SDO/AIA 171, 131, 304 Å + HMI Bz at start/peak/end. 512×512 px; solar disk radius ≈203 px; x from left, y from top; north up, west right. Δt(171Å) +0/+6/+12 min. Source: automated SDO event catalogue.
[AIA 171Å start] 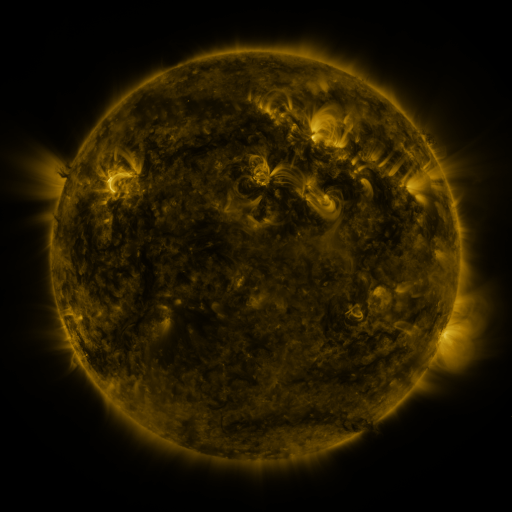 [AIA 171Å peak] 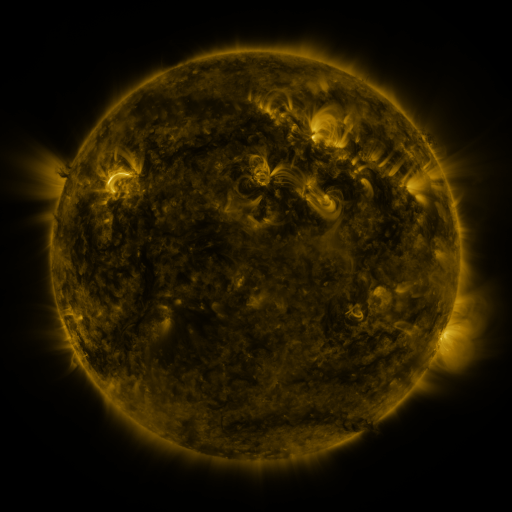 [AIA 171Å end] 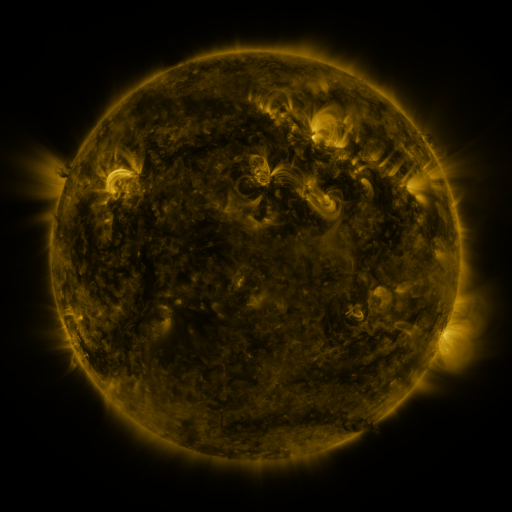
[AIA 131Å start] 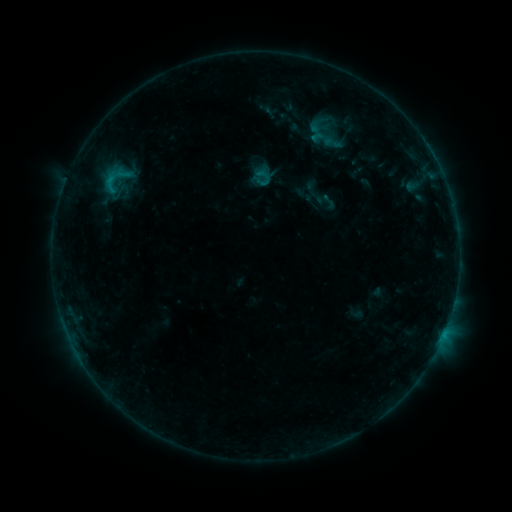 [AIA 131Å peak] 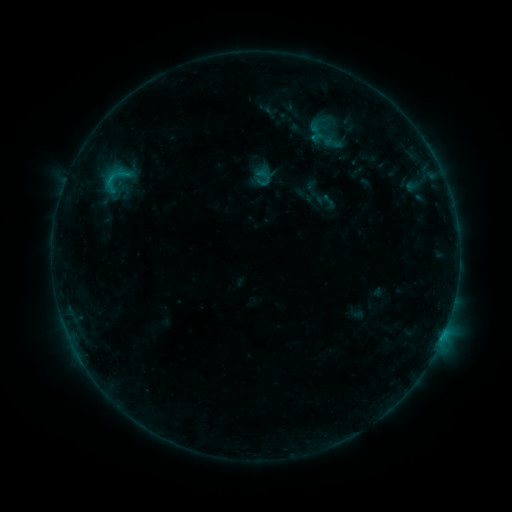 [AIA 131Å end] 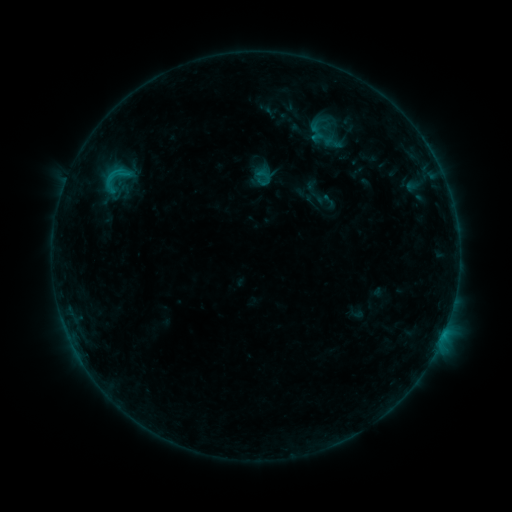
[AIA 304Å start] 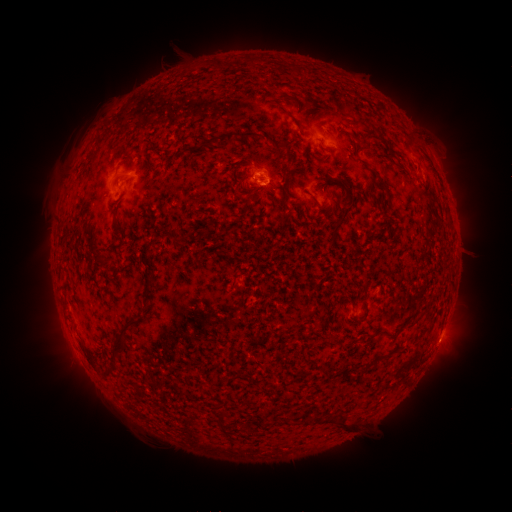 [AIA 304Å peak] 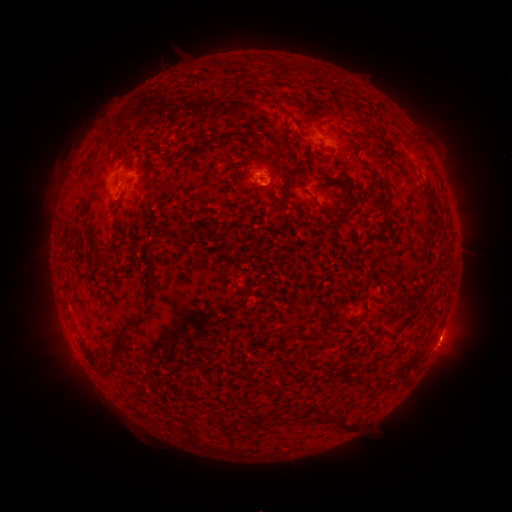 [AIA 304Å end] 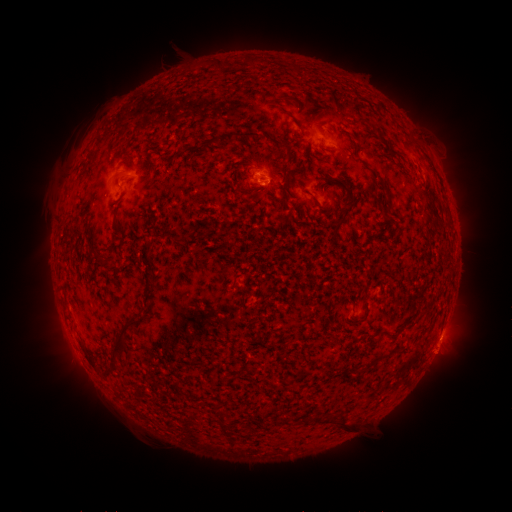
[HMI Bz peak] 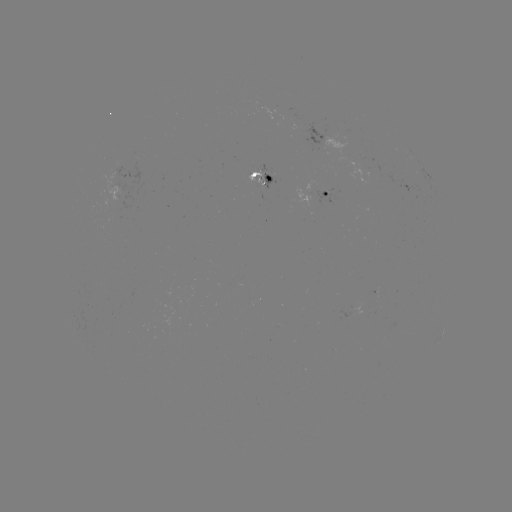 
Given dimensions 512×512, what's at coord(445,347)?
eruption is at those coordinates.